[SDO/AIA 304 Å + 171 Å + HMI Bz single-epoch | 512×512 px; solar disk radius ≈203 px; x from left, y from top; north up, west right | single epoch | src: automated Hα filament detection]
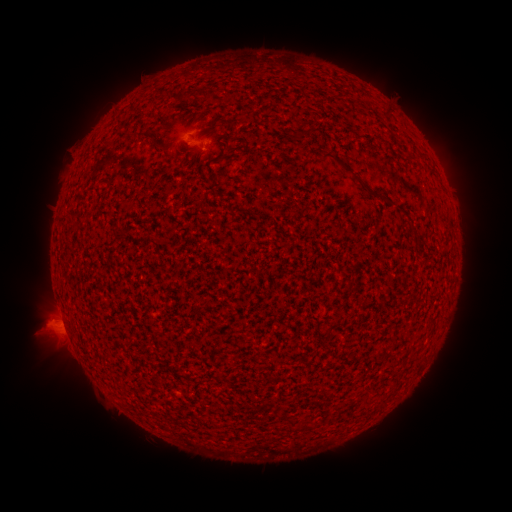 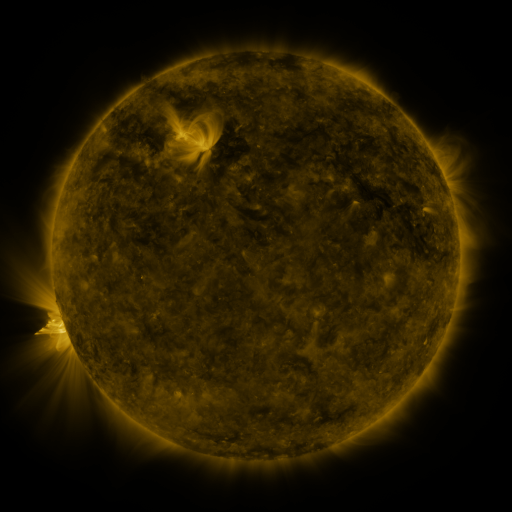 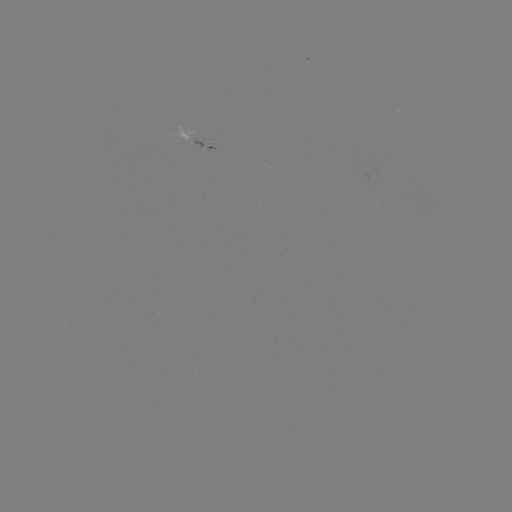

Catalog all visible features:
filament: <bbox>181, 87, 221, 101</bbox>
filament: <bbox>383, 107, 391, 116</bbox>
filament: <bbox>301, 119, 320, 137</bbox>
filament: <bbox>230, 126, 240, 142</bbox>
filament: <bbox>136, 131, 147, 139</bbox>
filament: <bbox>152, 139, 162, 151</bbox>
filament: <bbox>320, 149, 386, 200</bbox>
